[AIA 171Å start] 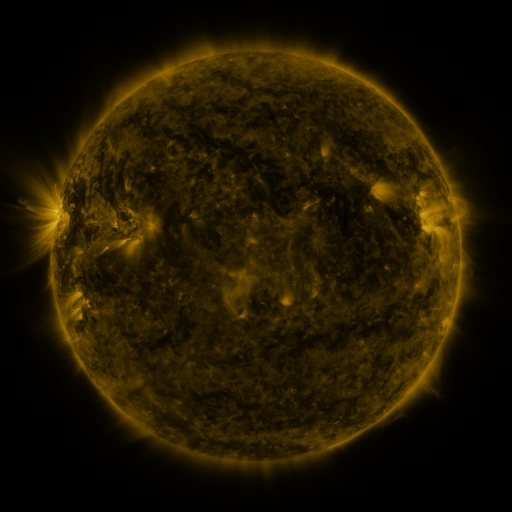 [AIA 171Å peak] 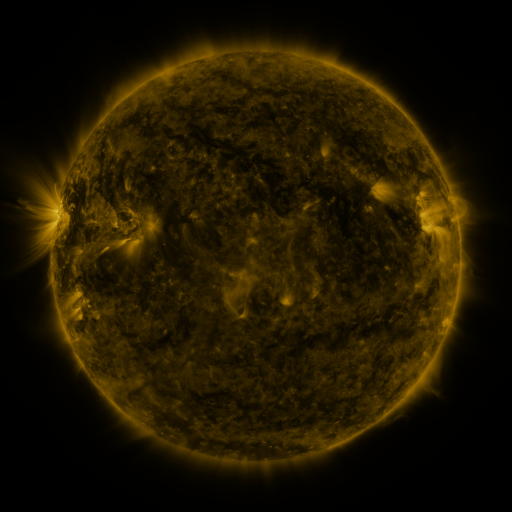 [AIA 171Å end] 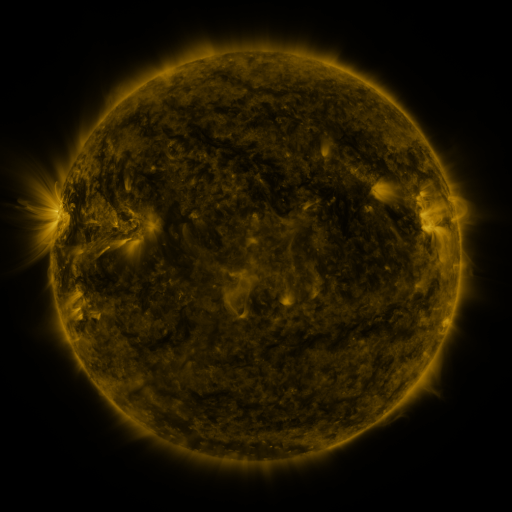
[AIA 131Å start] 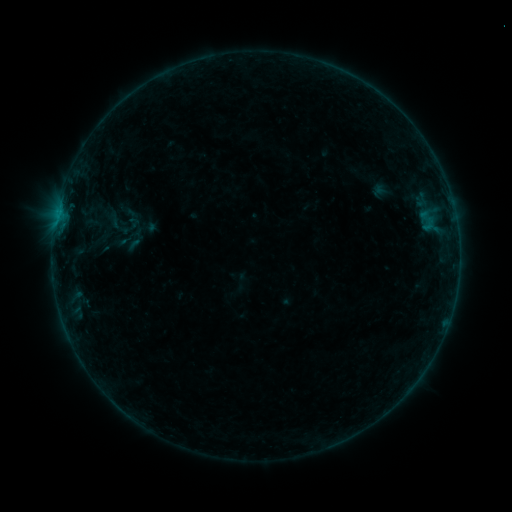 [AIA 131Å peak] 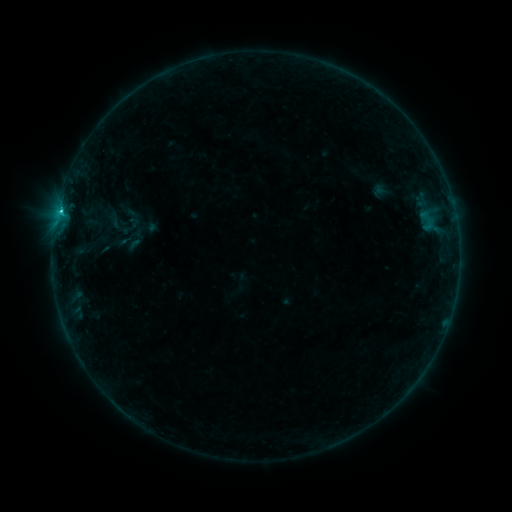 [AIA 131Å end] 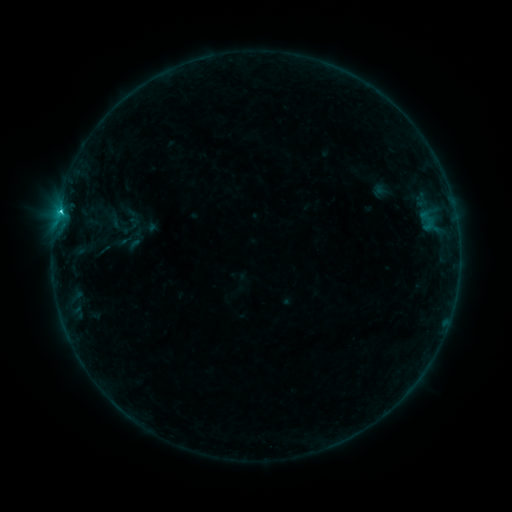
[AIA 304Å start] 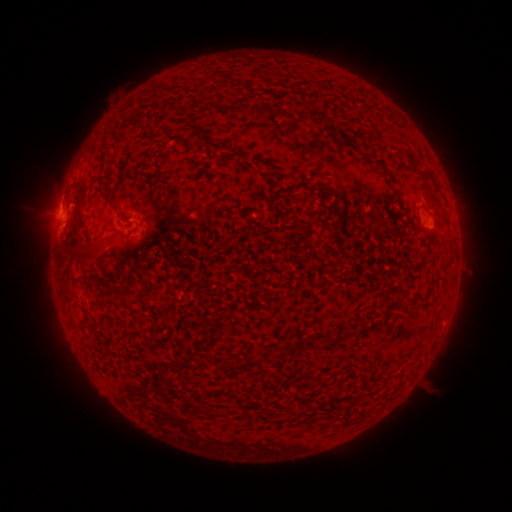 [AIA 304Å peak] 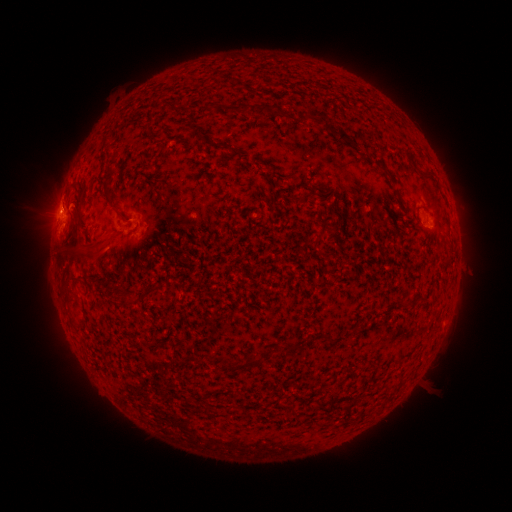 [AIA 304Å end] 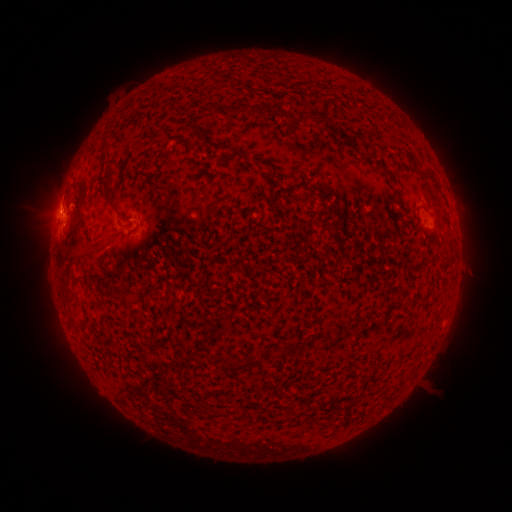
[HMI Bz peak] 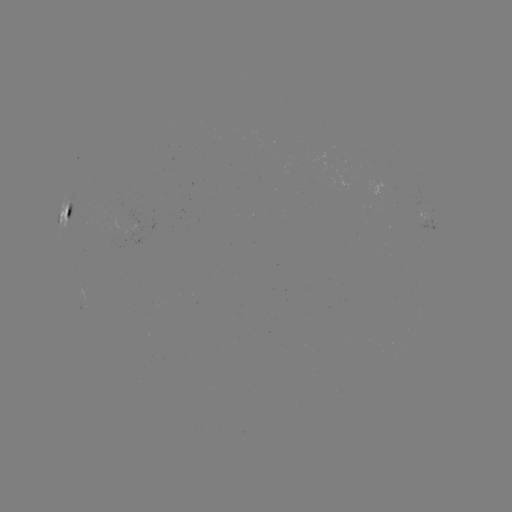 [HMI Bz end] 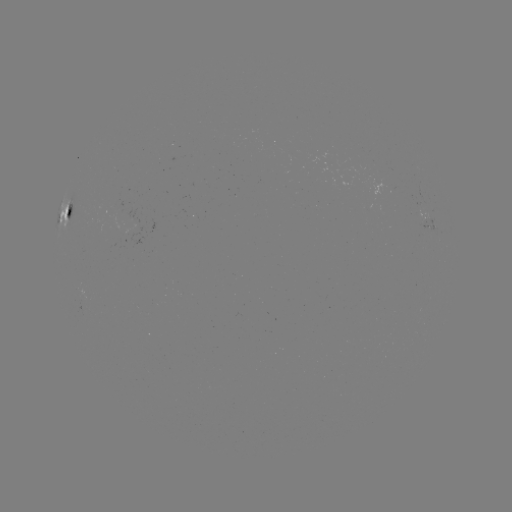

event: flare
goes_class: C1.1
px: (61, 212)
